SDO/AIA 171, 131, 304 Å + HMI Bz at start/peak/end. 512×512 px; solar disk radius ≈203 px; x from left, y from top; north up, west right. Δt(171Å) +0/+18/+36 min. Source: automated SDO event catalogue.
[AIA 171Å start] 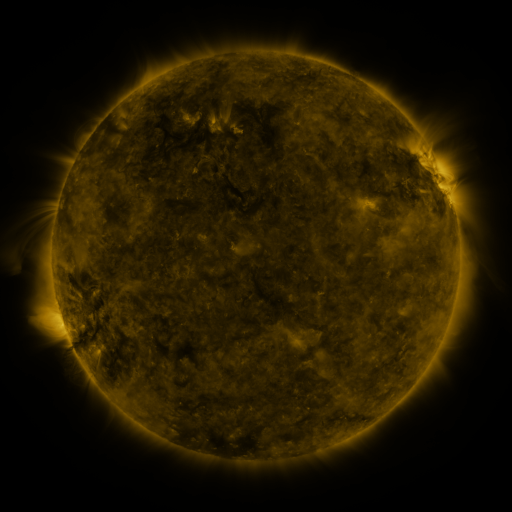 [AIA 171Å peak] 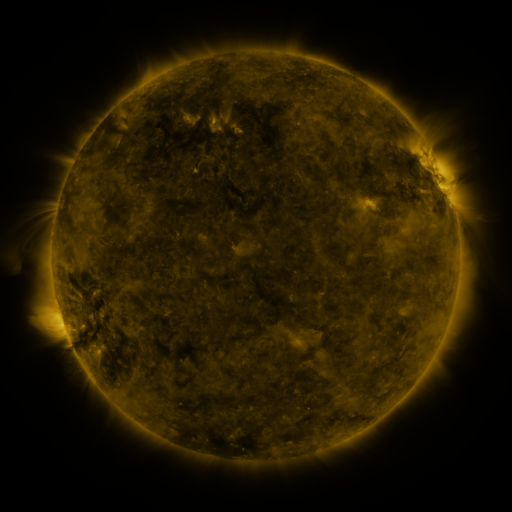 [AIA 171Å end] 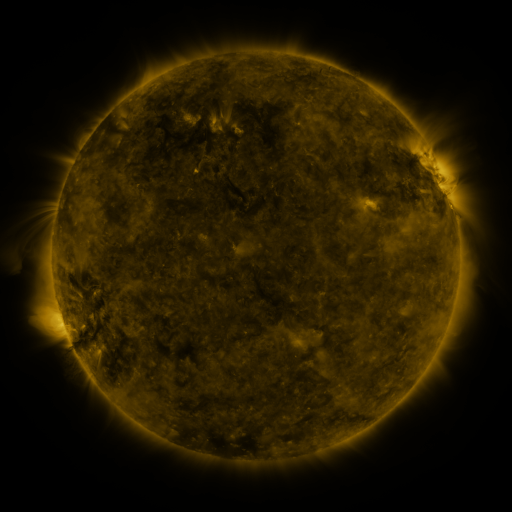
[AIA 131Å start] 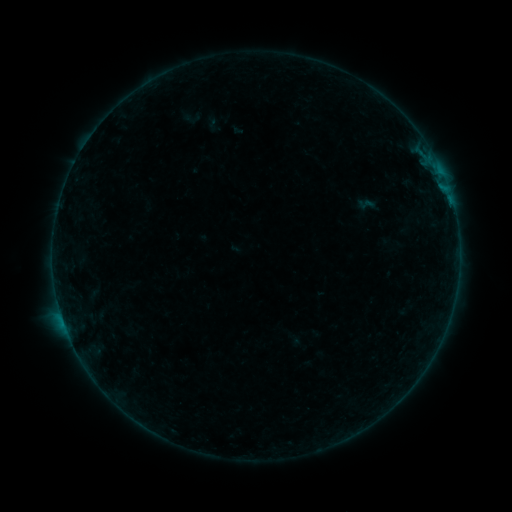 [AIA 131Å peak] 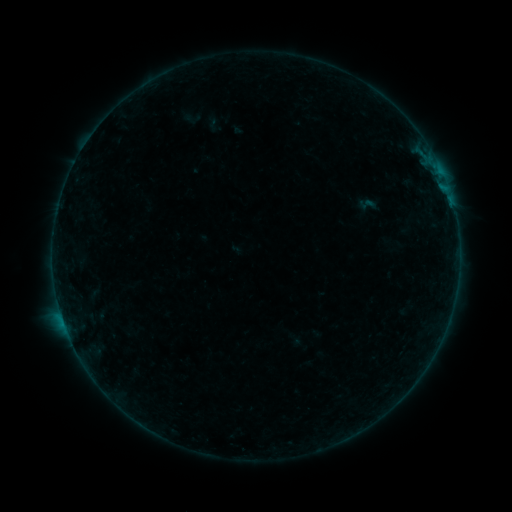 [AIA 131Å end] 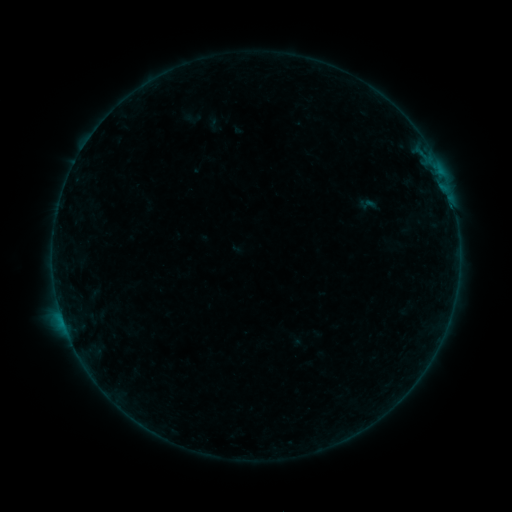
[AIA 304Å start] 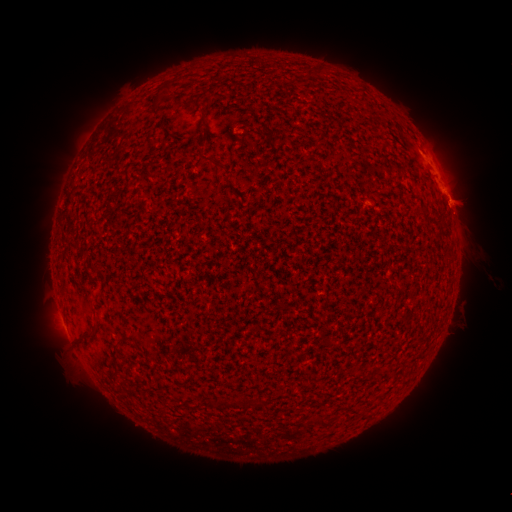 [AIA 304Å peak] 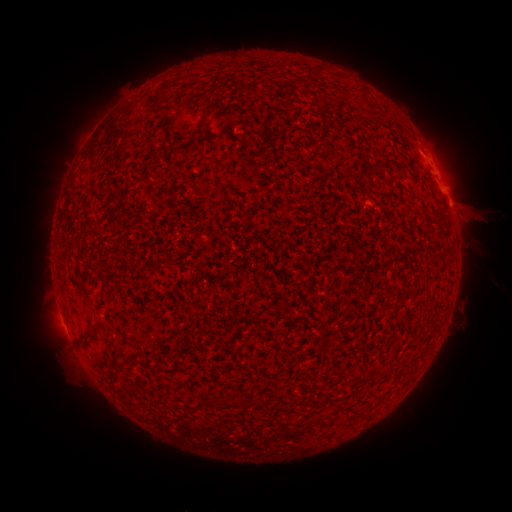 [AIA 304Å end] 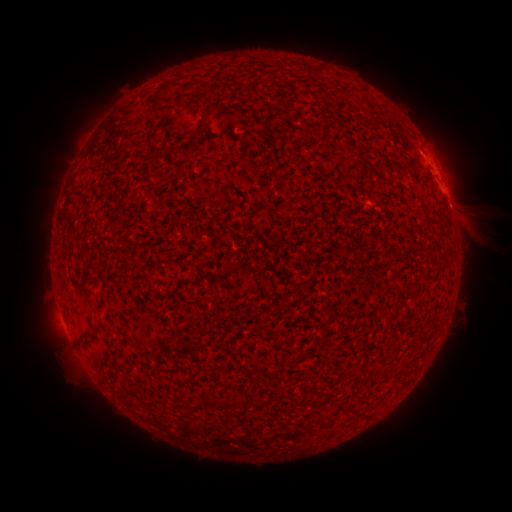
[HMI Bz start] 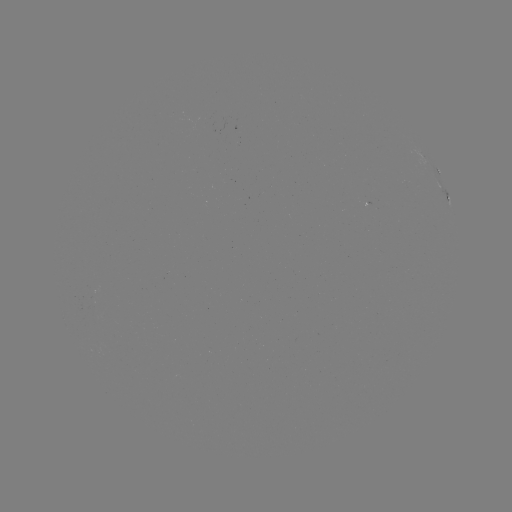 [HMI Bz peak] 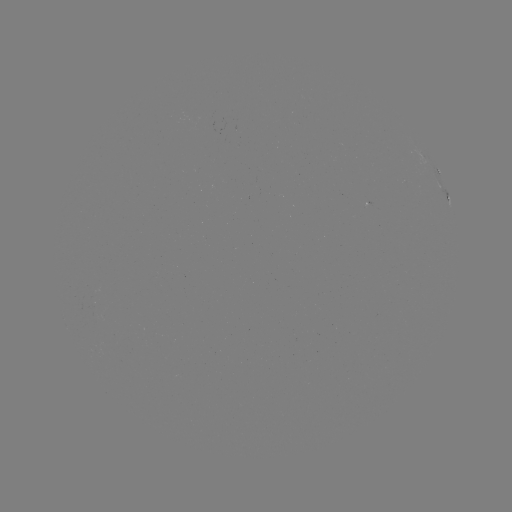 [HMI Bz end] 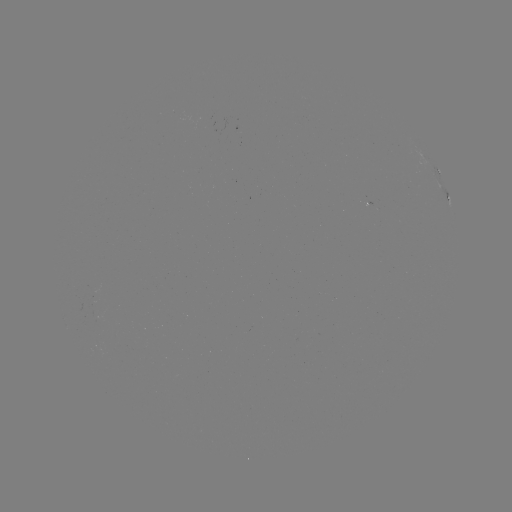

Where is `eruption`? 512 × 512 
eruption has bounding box [430, 155, 506, 251].